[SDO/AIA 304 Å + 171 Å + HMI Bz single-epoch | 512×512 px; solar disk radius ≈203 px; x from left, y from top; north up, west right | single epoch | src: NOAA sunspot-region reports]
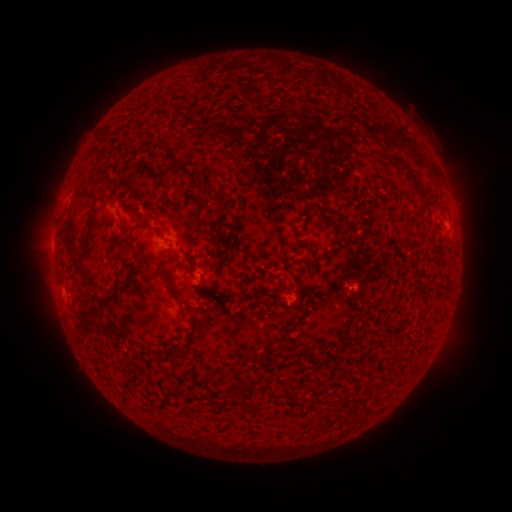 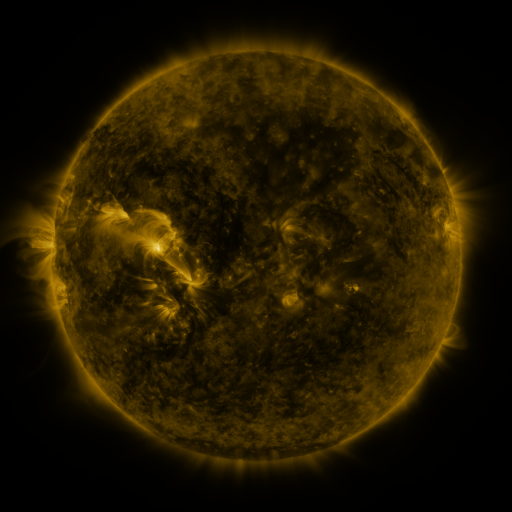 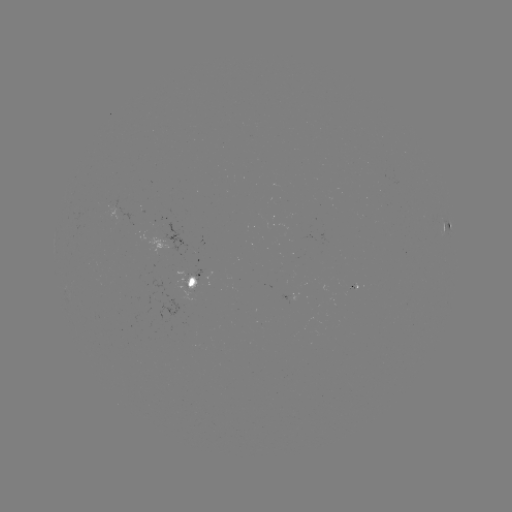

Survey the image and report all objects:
spotted active region: (447, 228)
spotted active region: (193, 284)
